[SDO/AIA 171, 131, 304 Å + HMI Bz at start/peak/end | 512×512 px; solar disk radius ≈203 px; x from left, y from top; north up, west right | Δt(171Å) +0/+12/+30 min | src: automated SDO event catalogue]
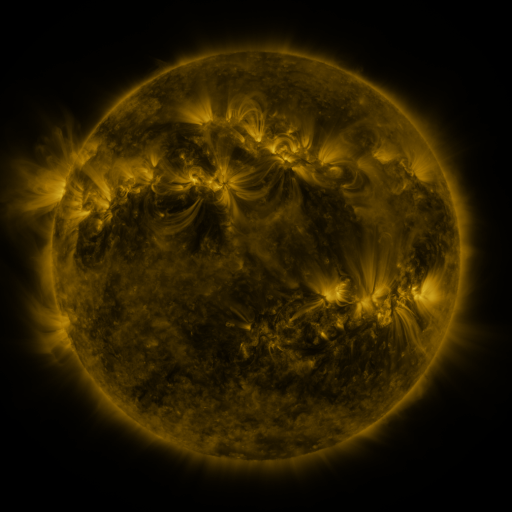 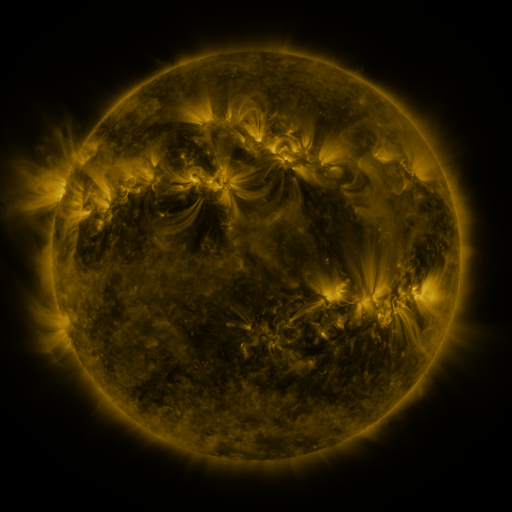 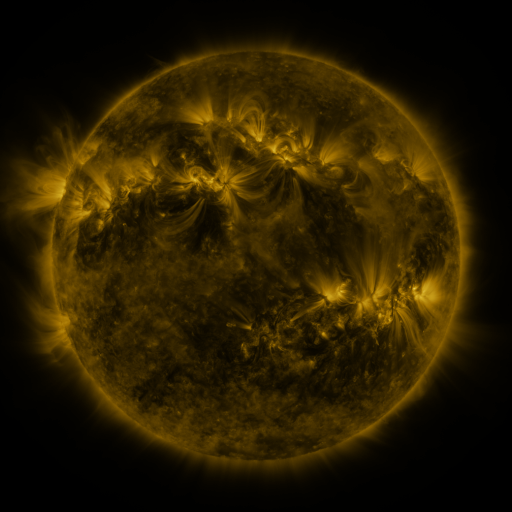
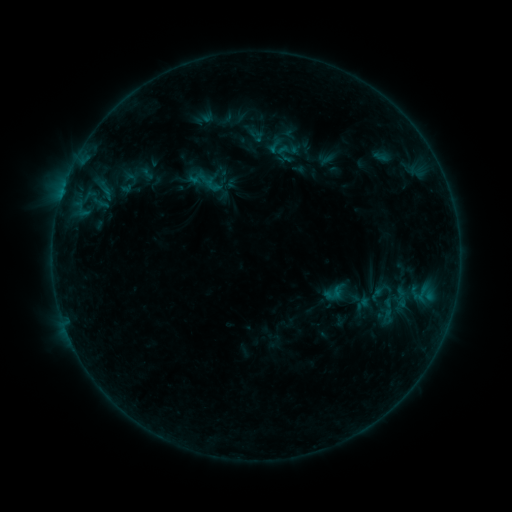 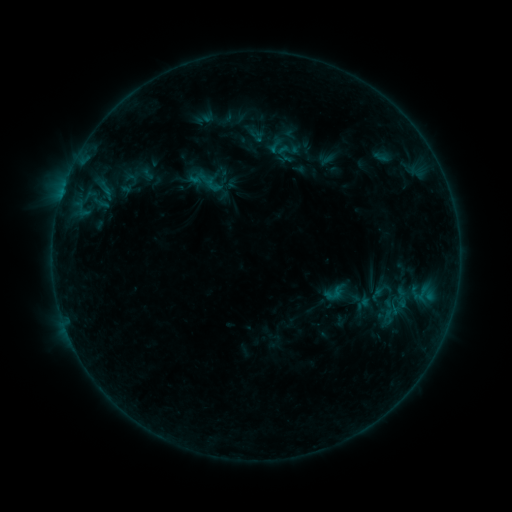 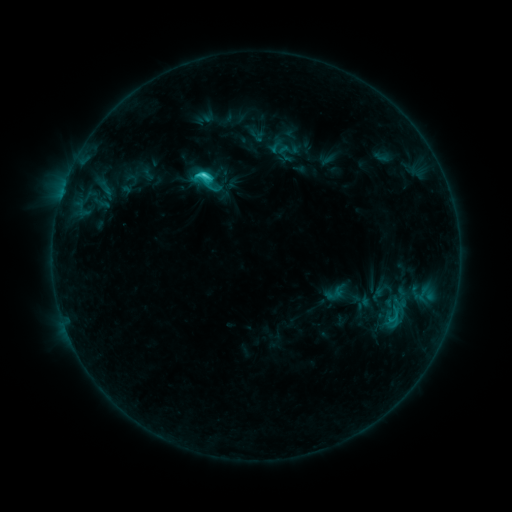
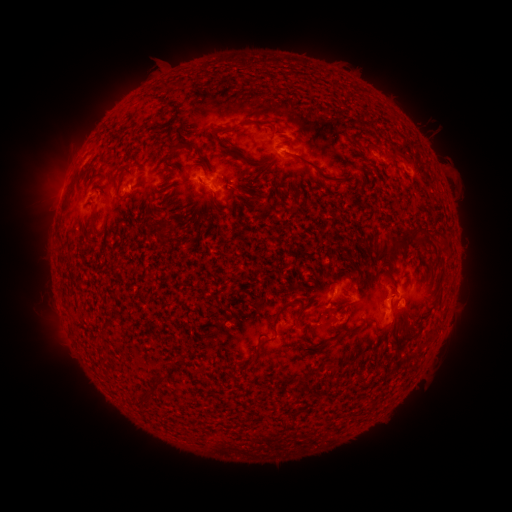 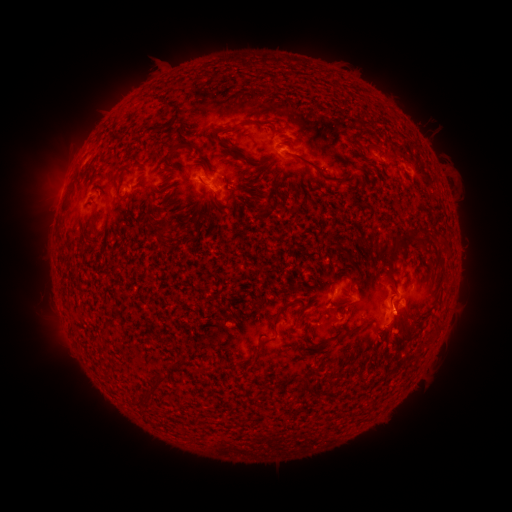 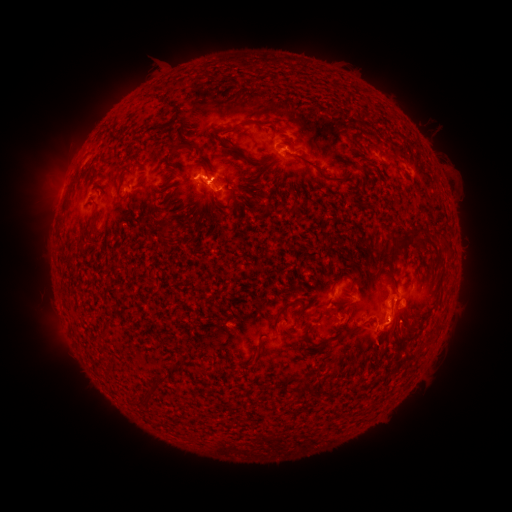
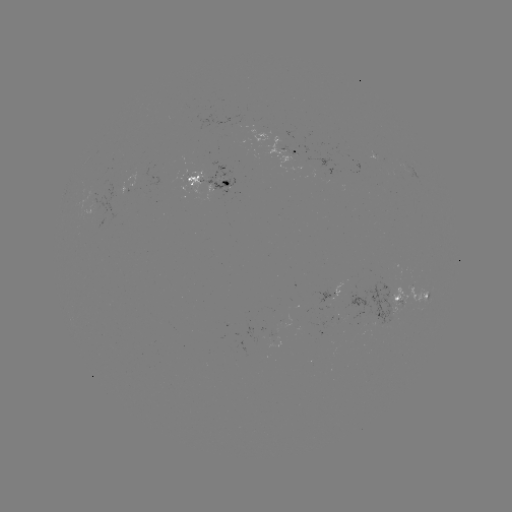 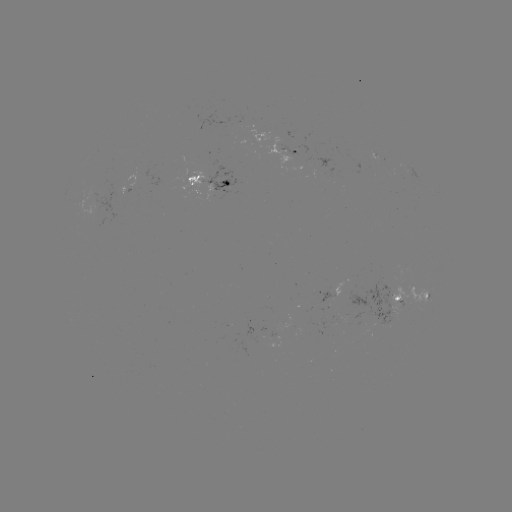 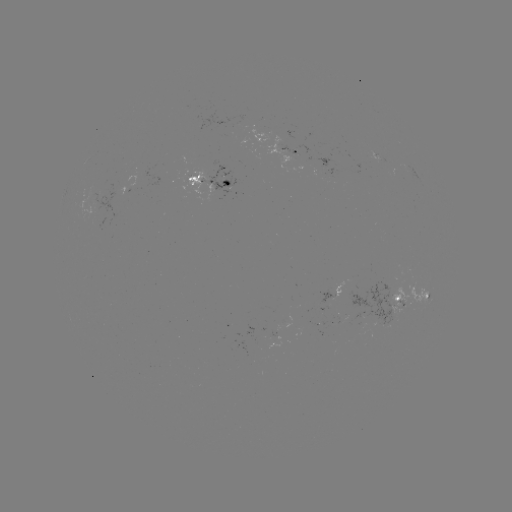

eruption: <bbox>350, 289, 437, 372</bbox>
